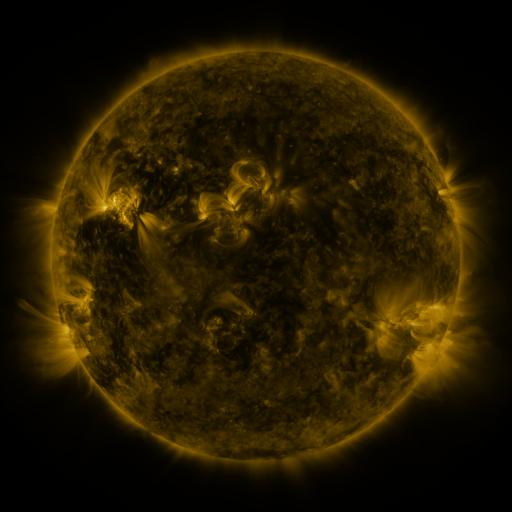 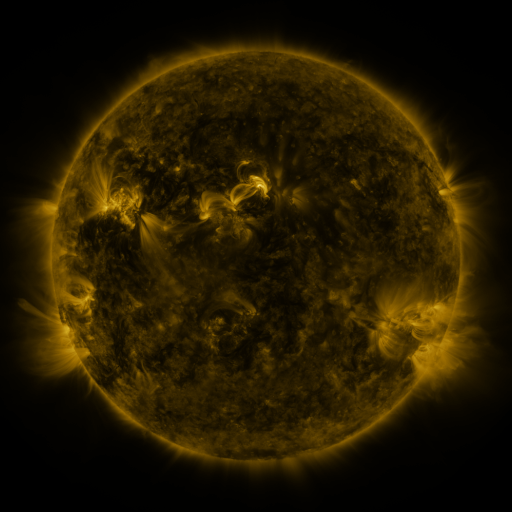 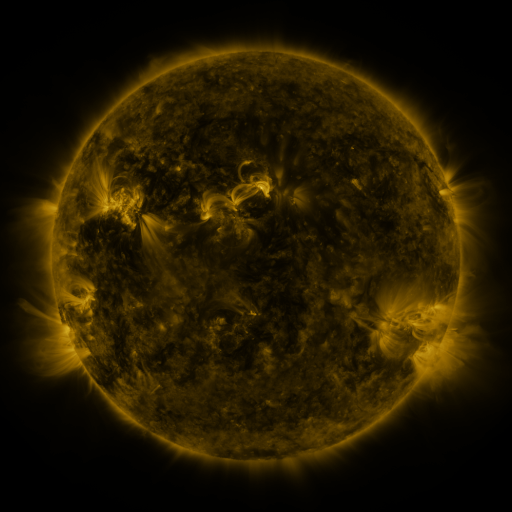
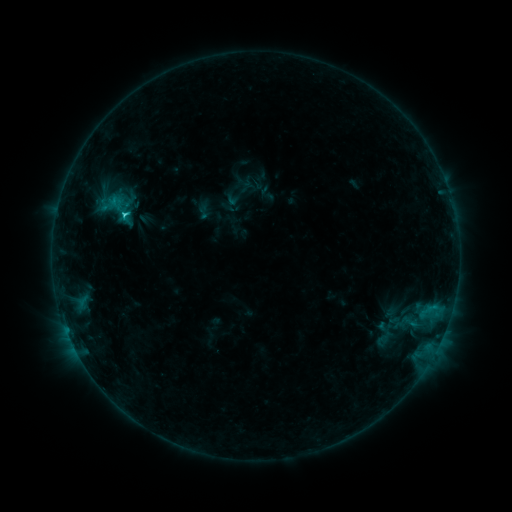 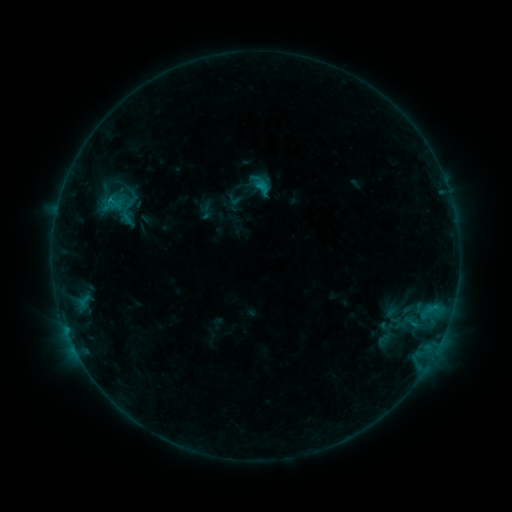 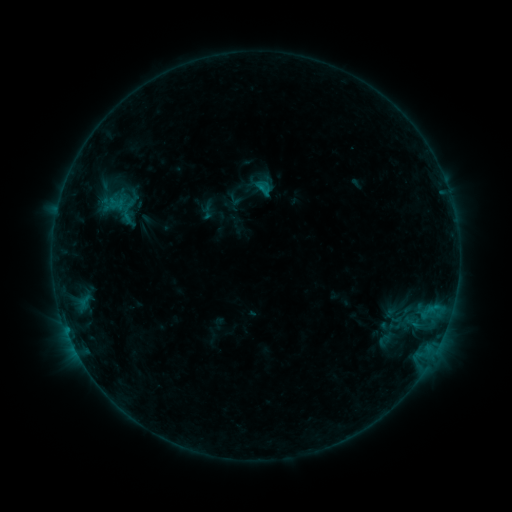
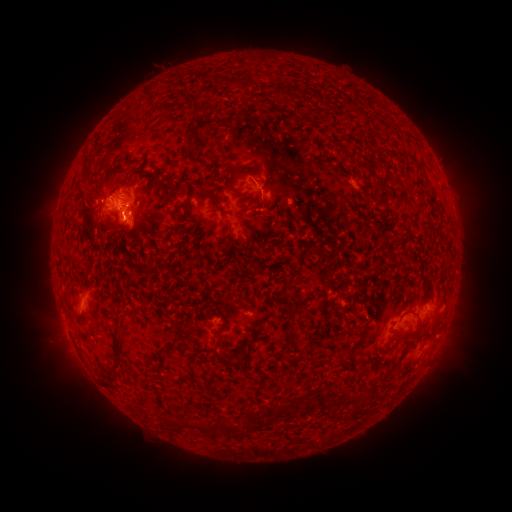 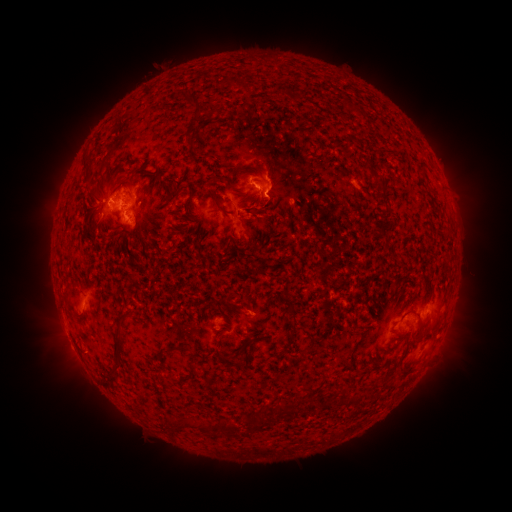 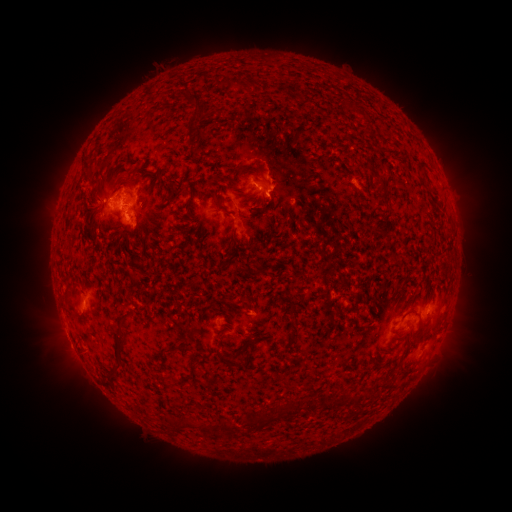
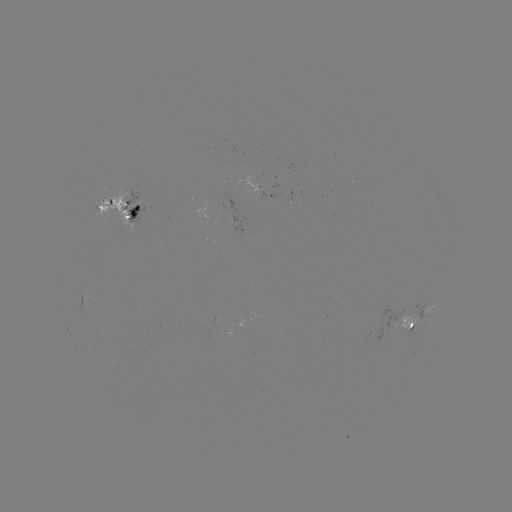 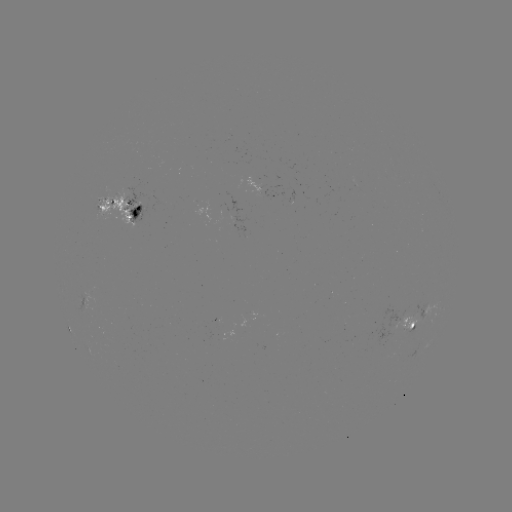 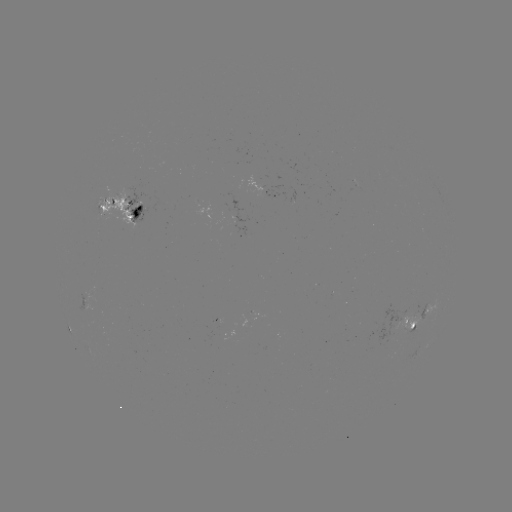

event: emerging-flux region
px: (412, 325)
